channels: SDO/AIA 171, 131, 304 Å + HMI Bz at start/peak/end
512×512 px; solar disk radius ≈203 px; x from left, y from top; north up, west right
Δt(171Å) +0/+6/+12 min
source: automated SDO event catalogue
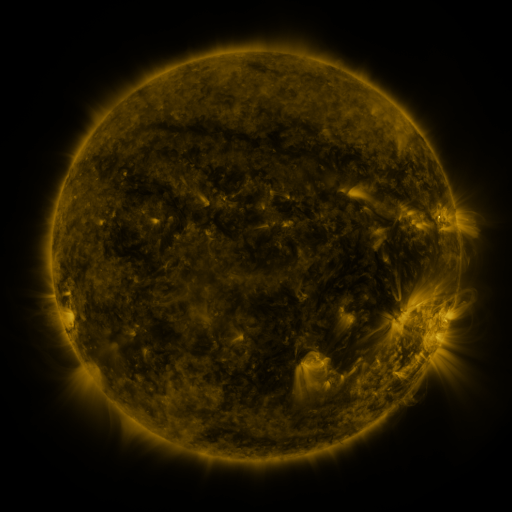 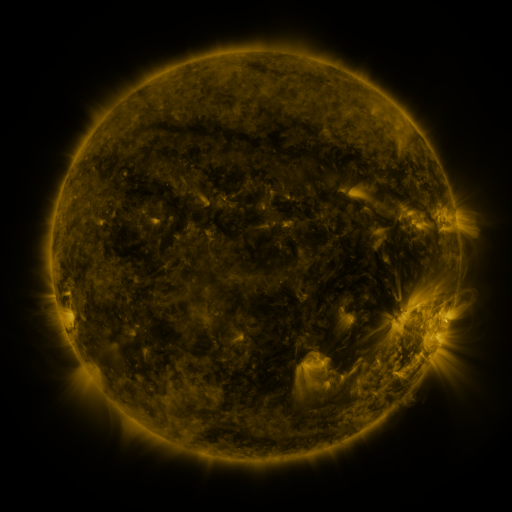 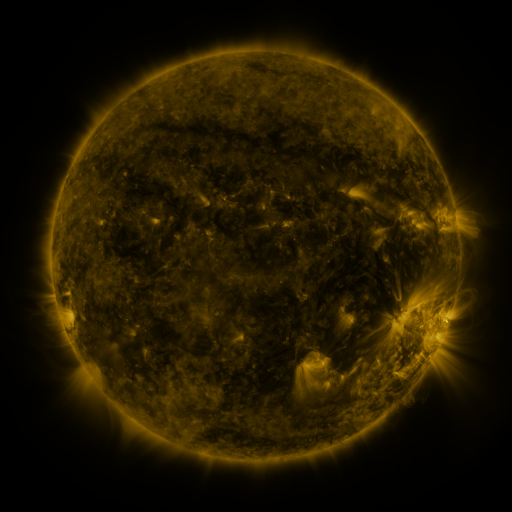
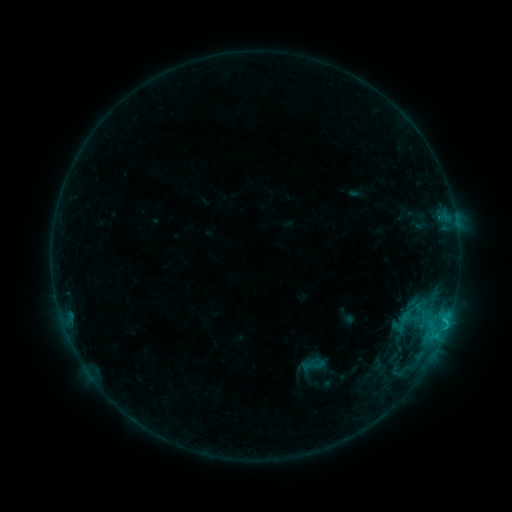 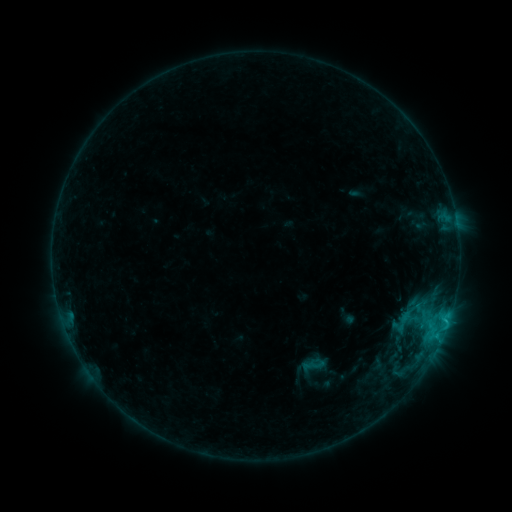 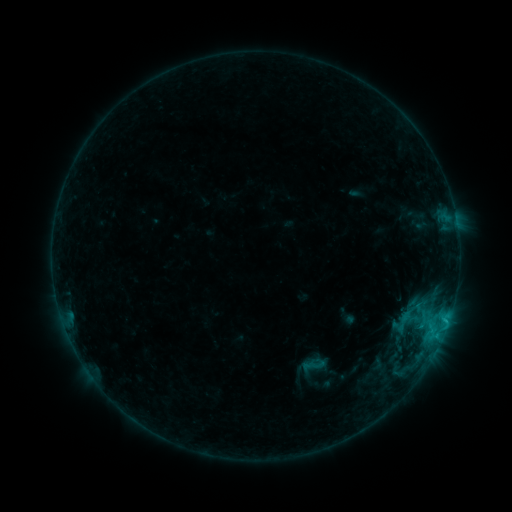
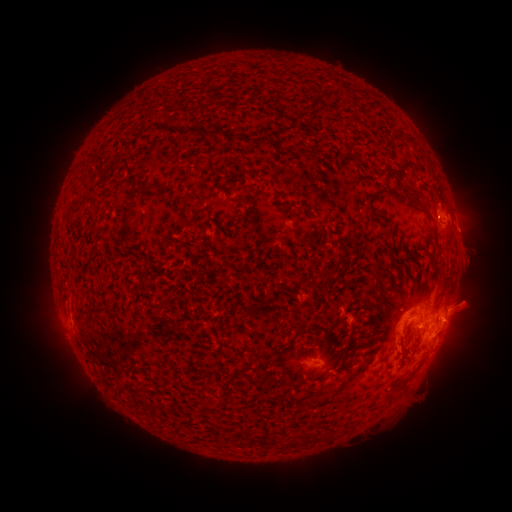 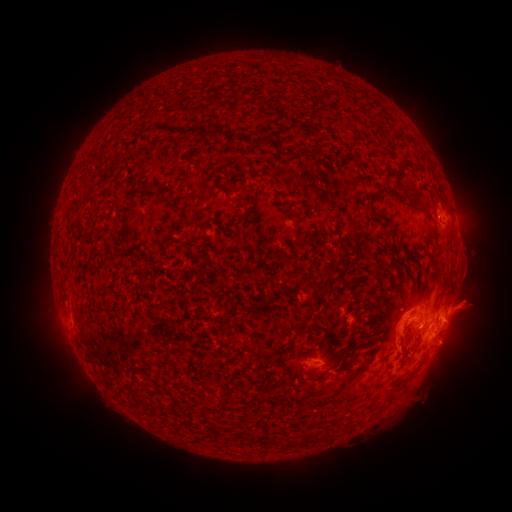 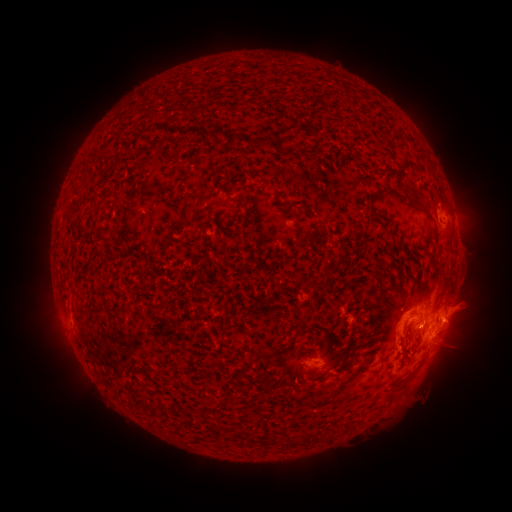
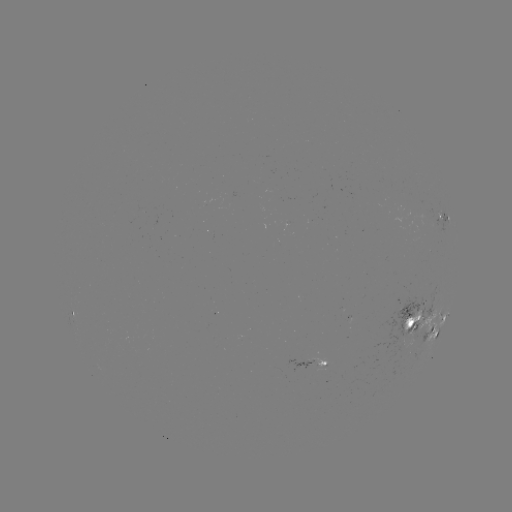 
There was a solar eruption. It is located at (455, 350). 